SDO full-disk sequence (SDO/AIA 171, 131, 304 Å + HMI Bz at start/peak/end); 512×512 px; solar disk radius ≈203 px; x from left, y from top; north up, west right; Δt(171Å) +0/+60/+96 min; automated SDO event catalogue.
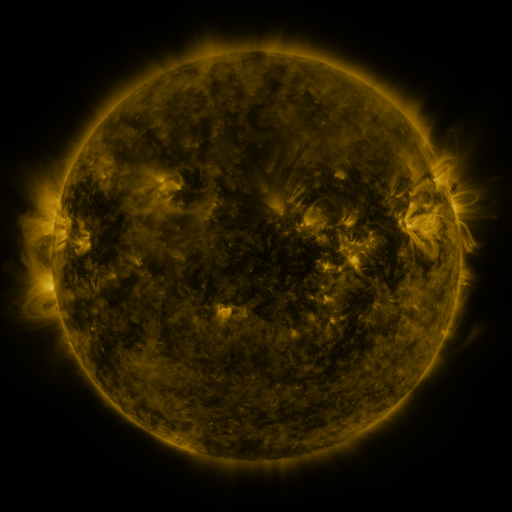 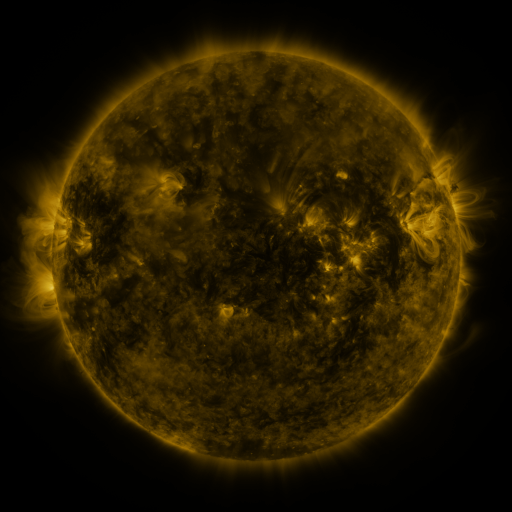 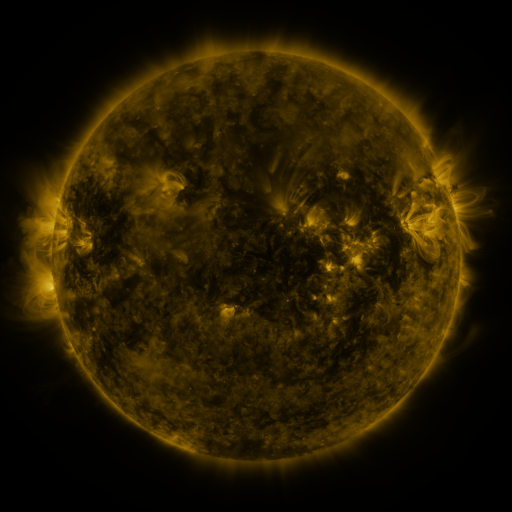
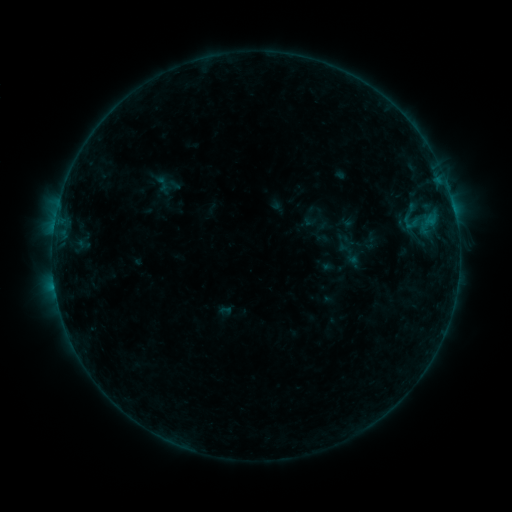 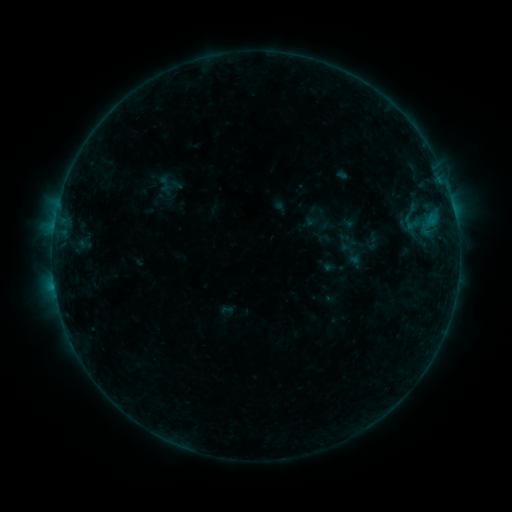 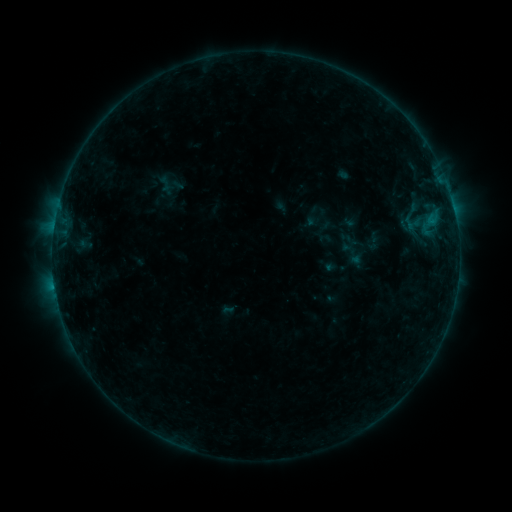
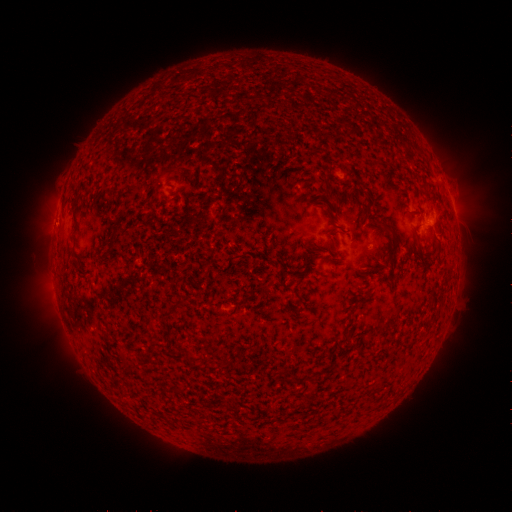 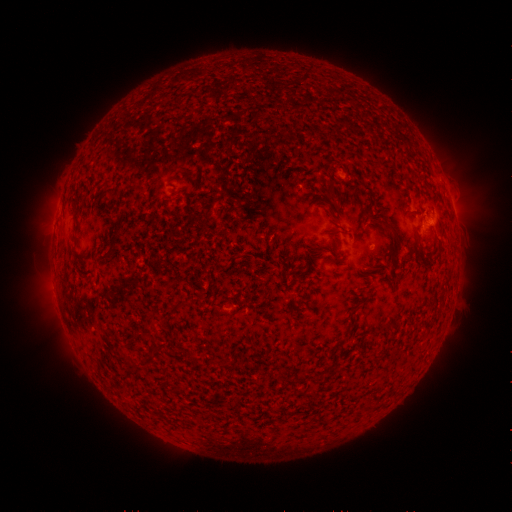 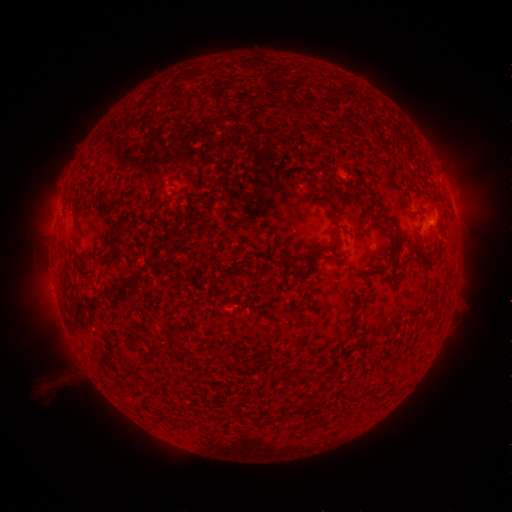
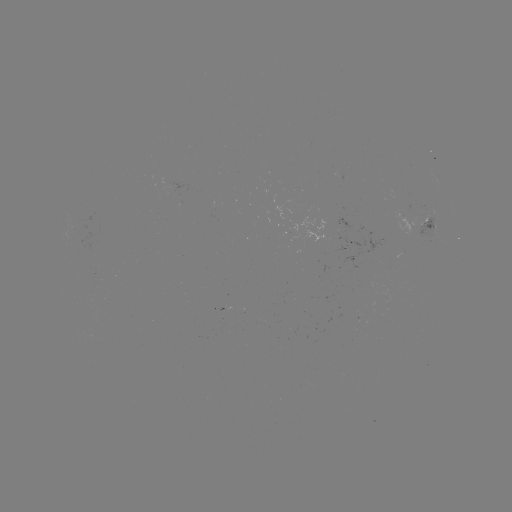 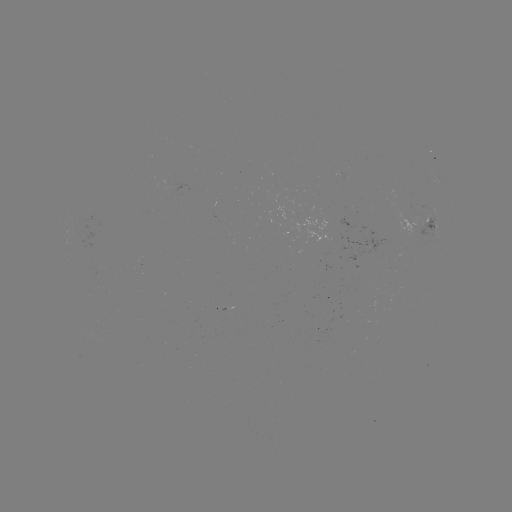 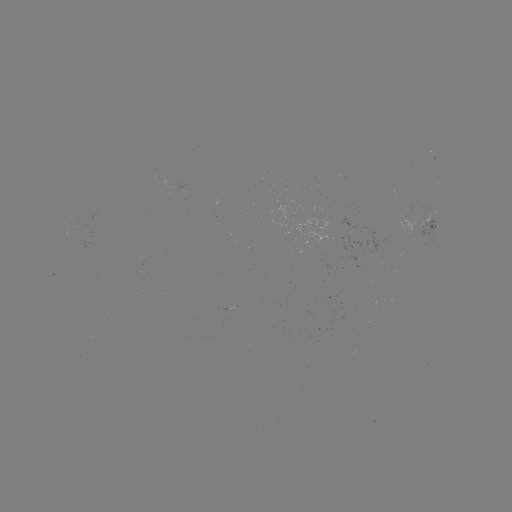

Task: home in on emerging-flux region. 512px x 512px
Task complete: (182, 397).